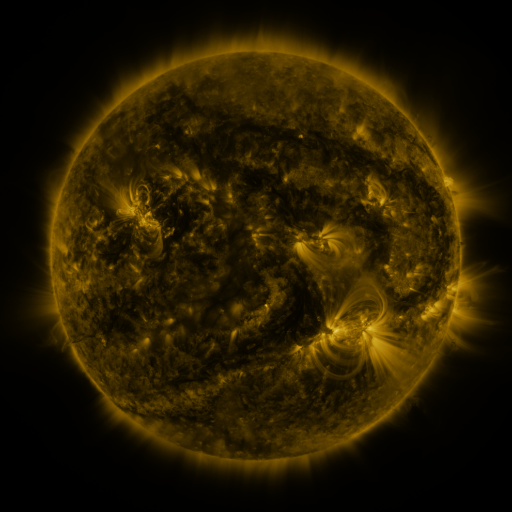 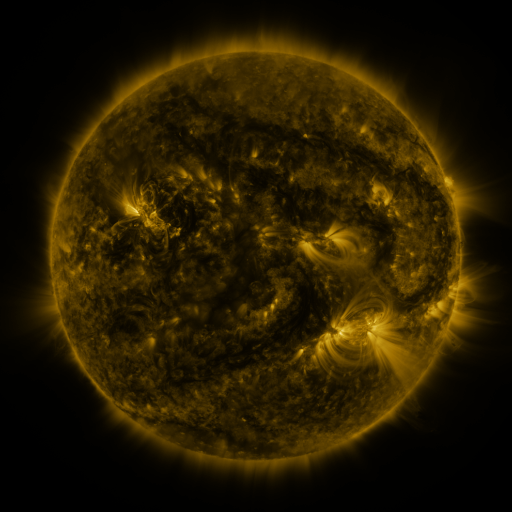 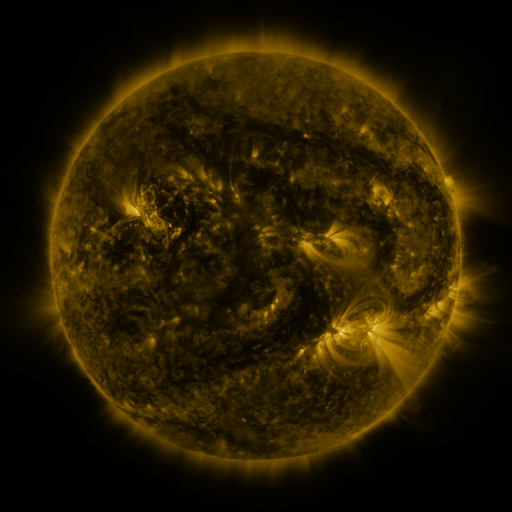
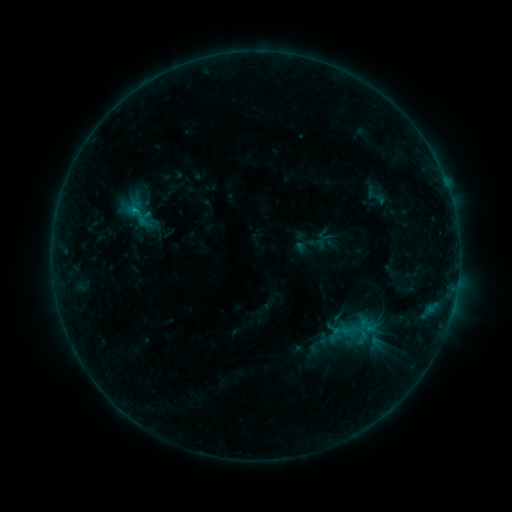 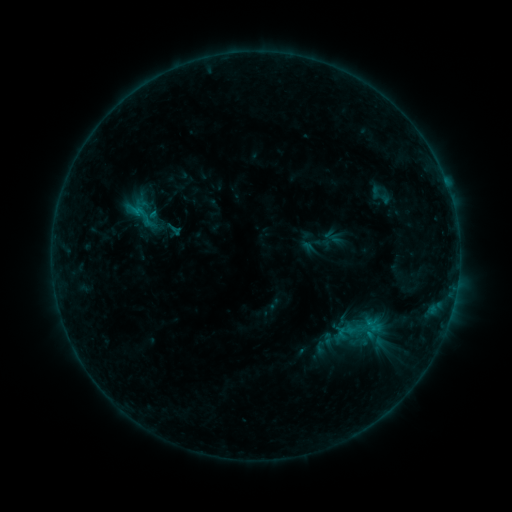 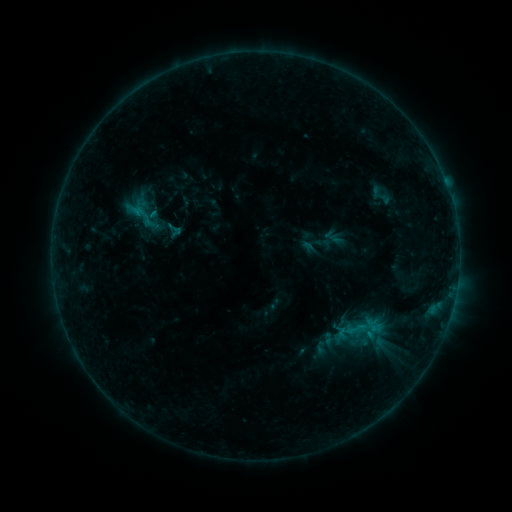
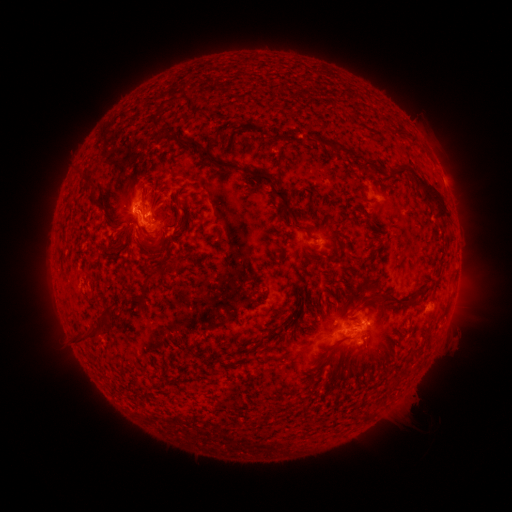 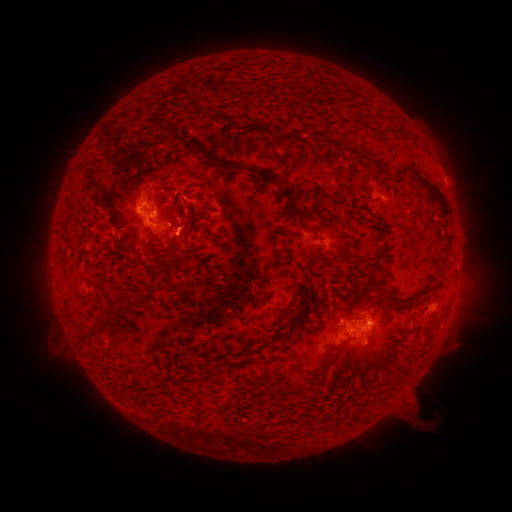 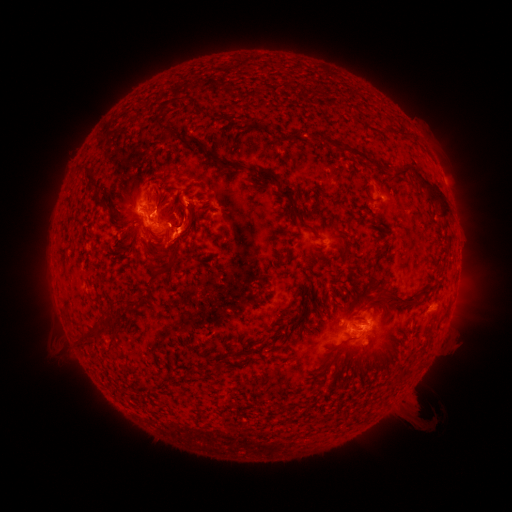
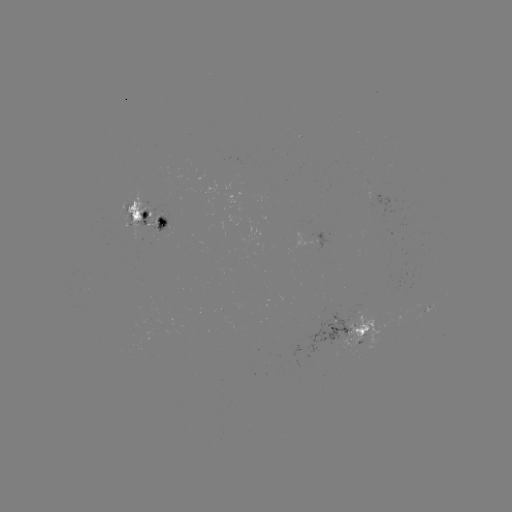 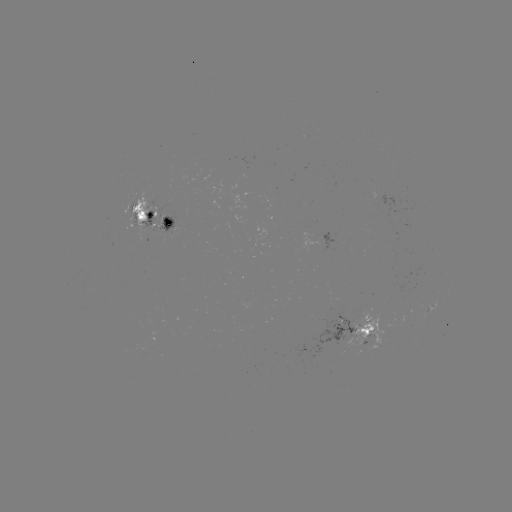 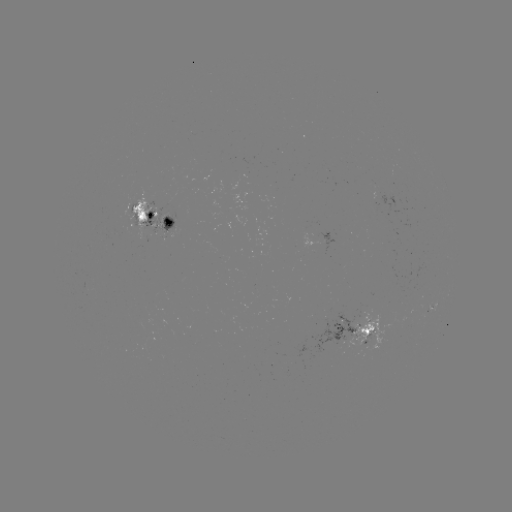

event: emerging-flux region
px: (362, 333)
